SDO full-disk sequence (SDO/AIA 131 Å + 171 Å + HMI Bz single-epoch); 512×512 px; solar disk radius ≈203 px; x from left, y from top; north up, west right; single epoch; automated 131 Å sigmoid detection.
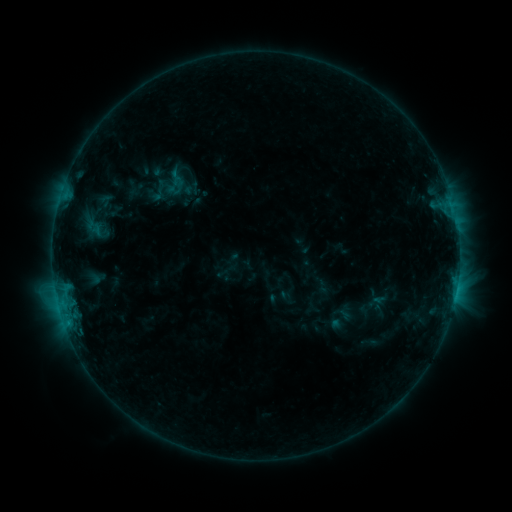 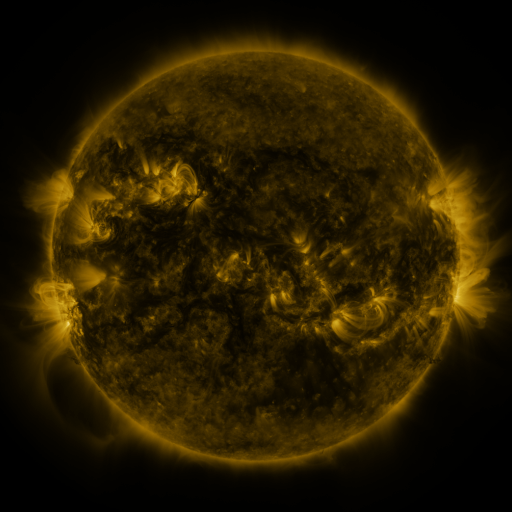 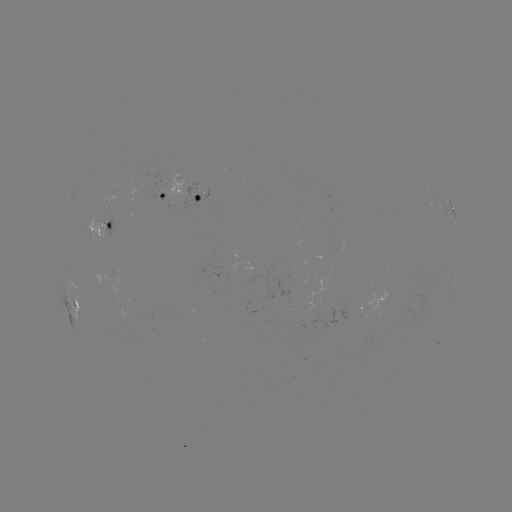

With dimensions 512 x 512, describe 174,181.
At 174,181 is sigmoid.